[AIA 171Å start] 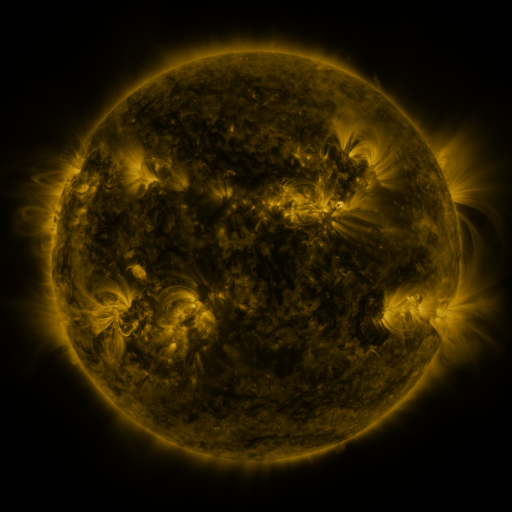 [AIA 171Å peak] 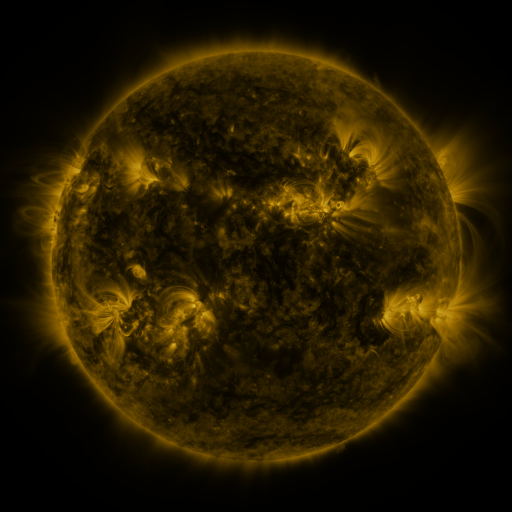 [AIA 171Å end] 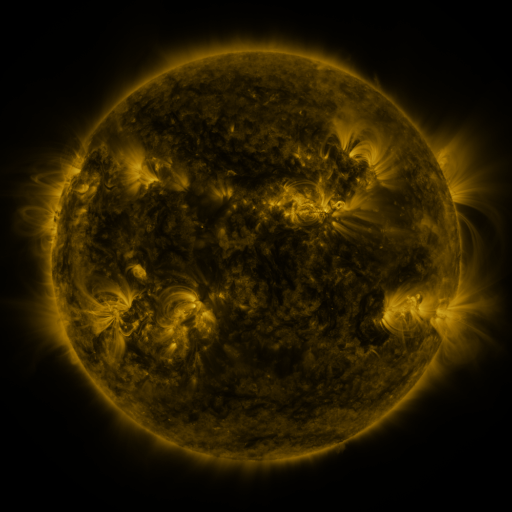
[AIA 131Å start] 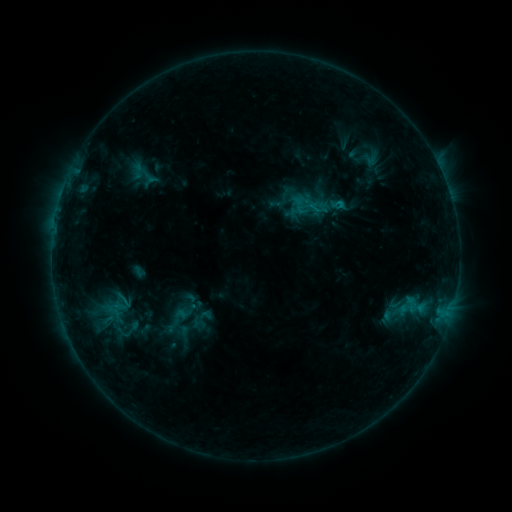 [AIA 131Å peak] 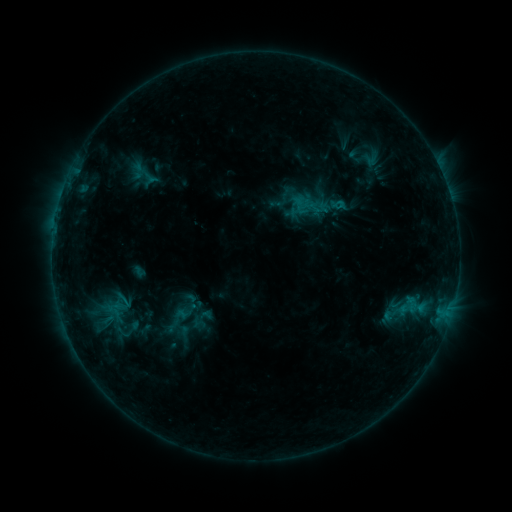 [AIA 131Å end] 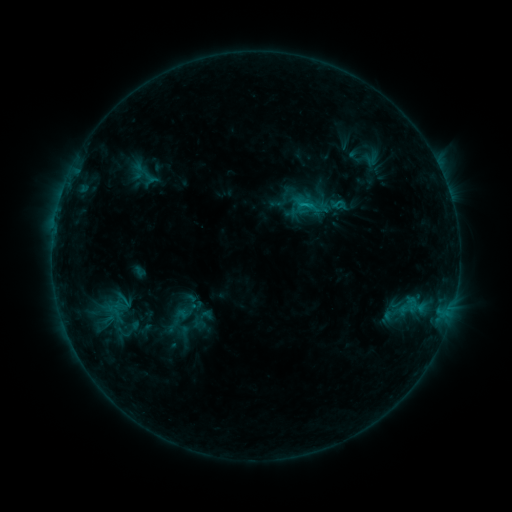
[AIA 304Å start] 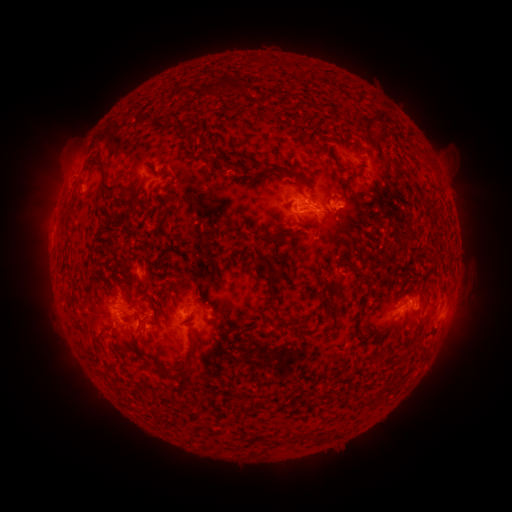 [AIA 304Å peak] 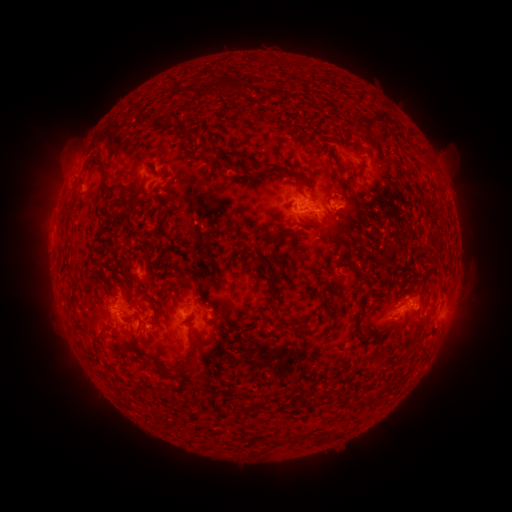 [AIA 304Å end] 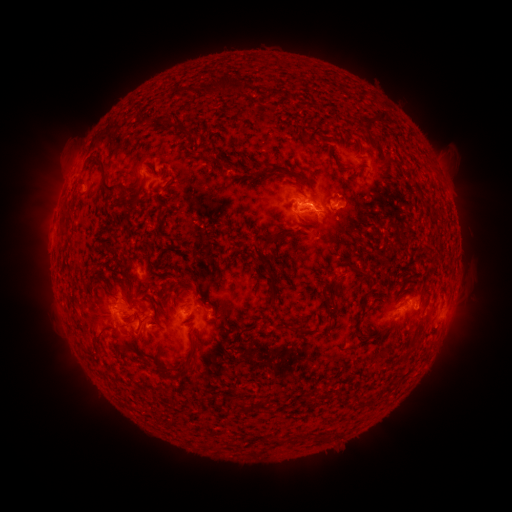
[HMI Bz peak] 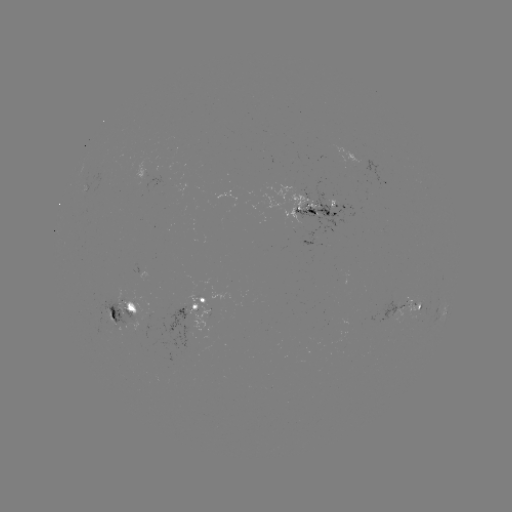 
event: flare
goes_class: C1.0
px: (304, 206)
